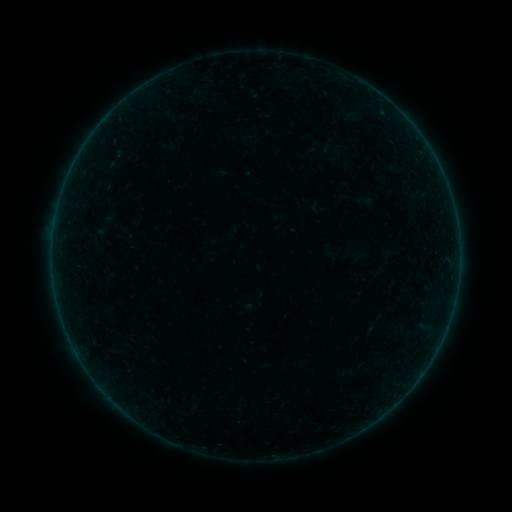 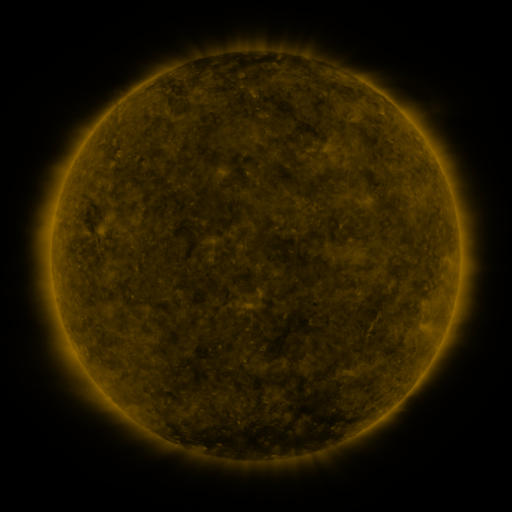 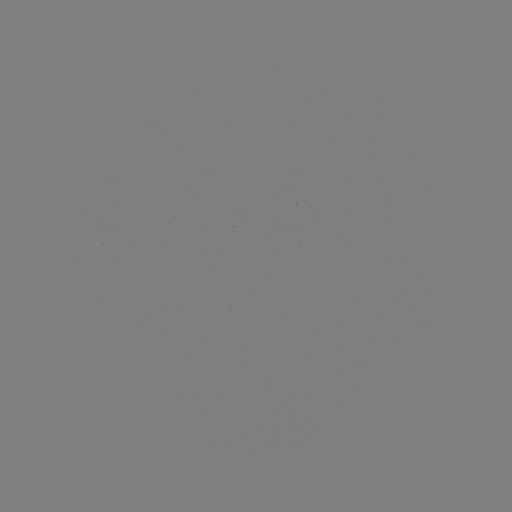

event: sigmoid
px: (97, 236)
